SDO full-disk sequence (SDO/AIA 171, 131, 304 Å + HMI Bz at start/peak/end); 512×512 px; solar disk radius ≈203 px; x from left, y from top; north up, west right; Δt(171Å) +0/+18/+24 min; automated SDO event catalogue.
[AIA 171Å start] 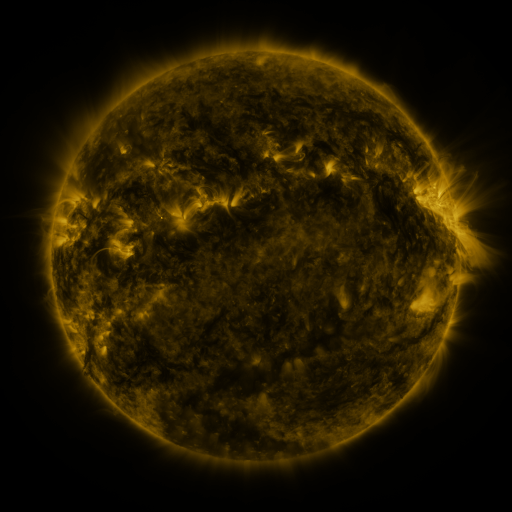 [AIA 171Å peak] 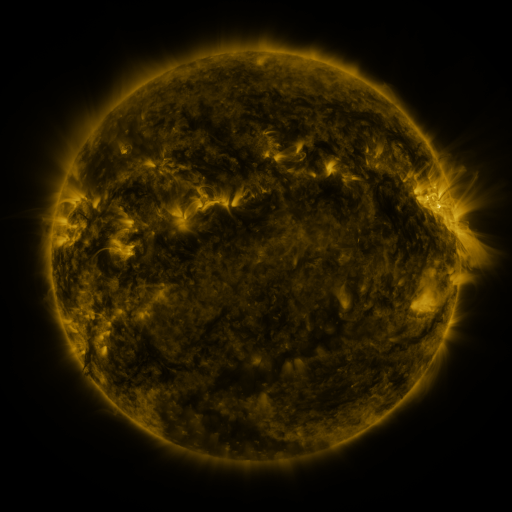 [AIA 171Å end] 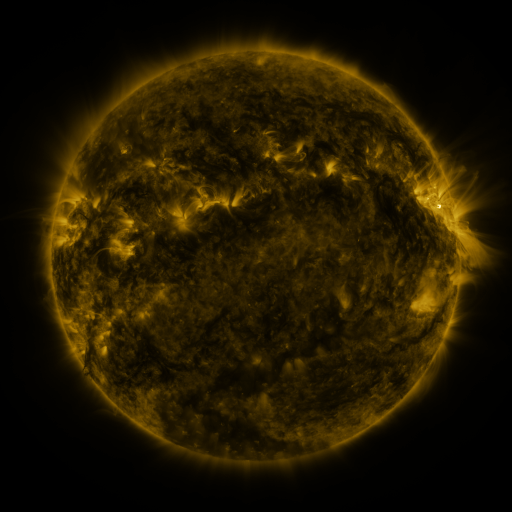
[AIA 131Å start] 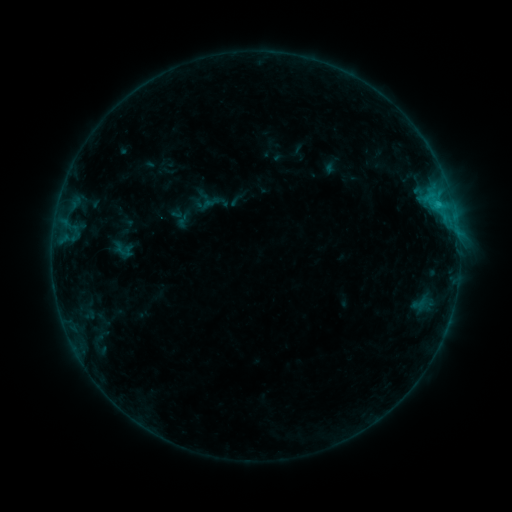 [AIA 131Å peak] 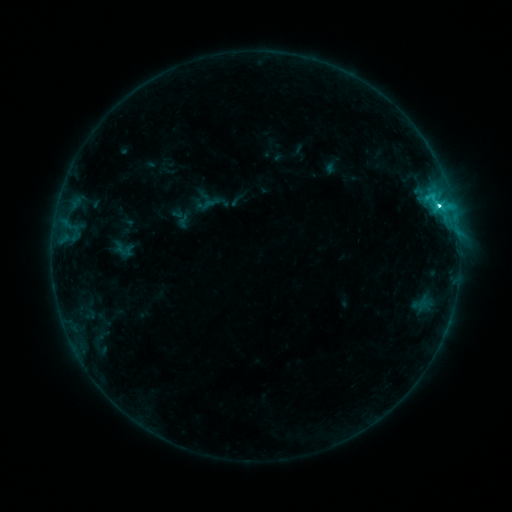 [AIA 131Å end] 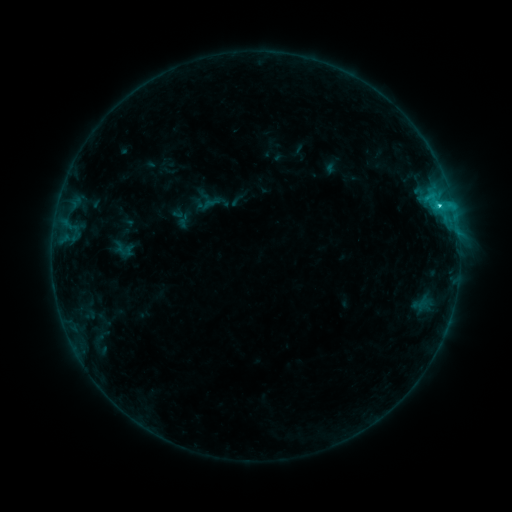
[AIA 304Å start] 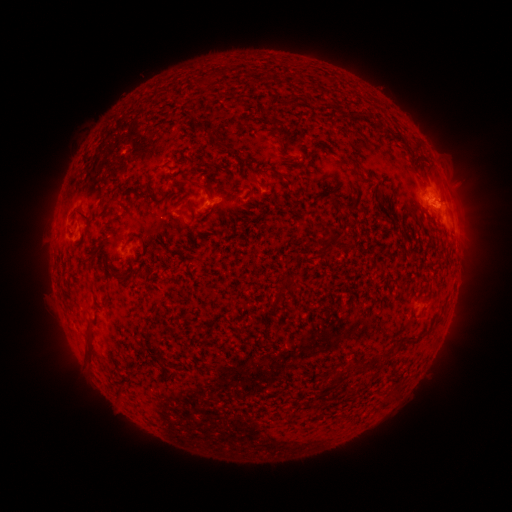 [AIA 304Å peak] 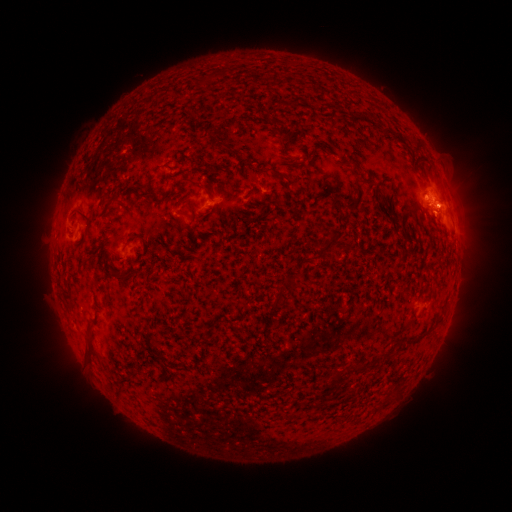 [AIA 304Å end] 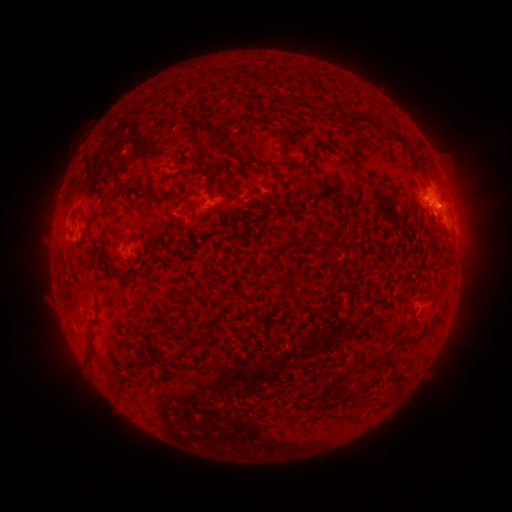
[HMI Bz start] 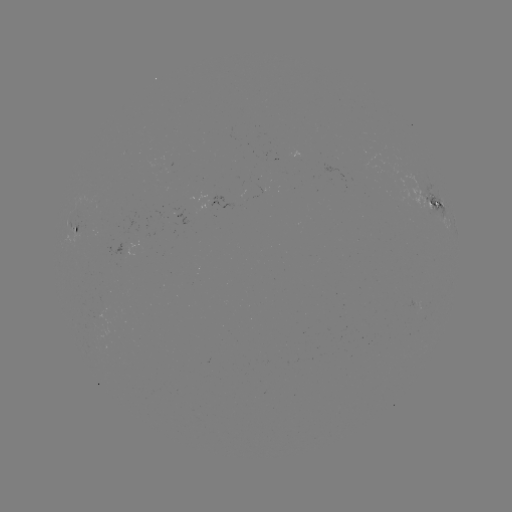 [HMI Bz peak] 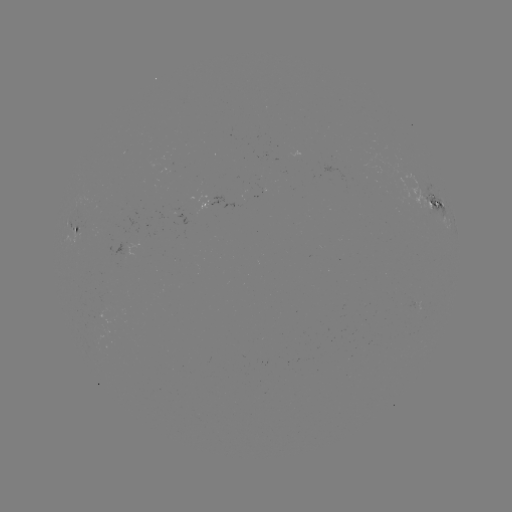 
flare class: C3.5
